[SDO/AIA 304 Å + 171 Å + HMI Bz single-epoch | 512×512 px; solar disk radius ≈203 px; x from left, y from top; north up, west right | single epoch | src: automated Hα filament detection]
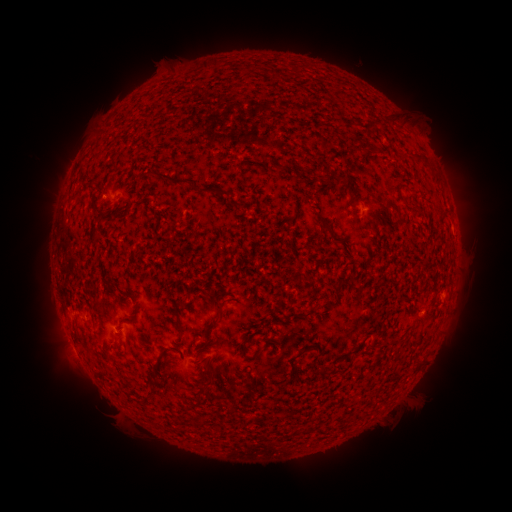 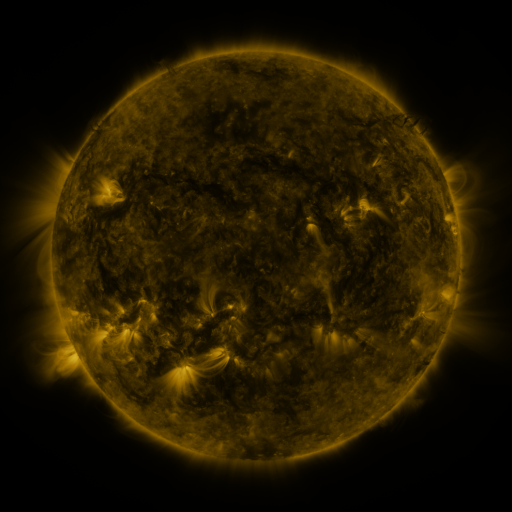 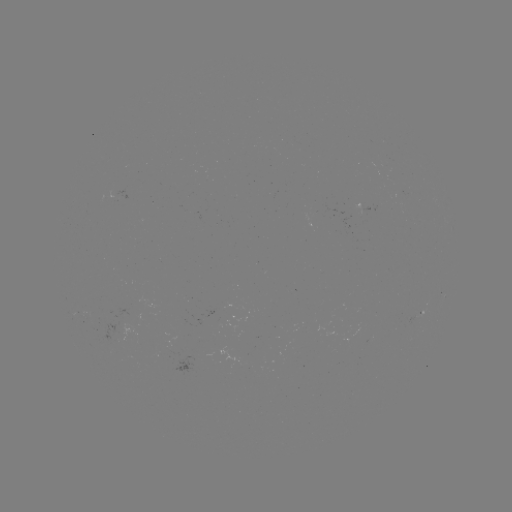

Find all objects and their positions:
filament: (412, 154, 427, 162)
filament: (154, 170, 187, 188)
filament: (328, 170, 336, 184)
filament: (385, 201, 397, 211)
filament: (316, 214, 331, 233)
filament: (205, 316, 219, 330)
filament: (175, 317, 182, 328)
filament: (240, 347, 246, 357)
filament: (253, 347, 263, 355)
filament: (287, 348, 305, 372)
